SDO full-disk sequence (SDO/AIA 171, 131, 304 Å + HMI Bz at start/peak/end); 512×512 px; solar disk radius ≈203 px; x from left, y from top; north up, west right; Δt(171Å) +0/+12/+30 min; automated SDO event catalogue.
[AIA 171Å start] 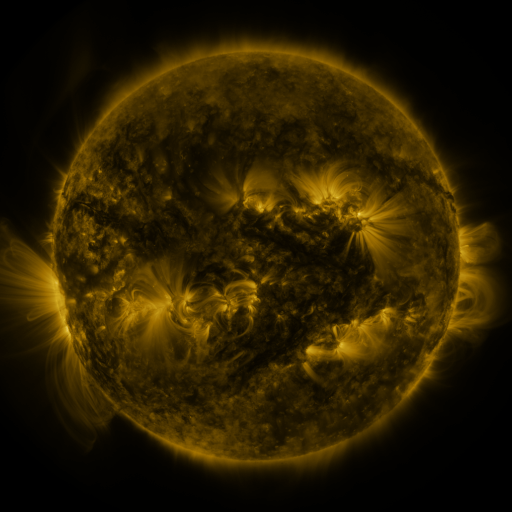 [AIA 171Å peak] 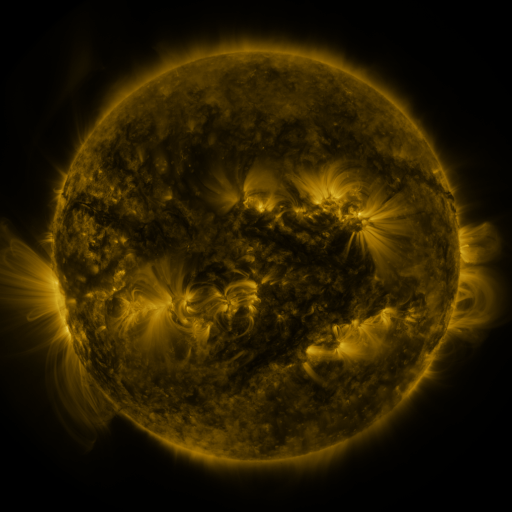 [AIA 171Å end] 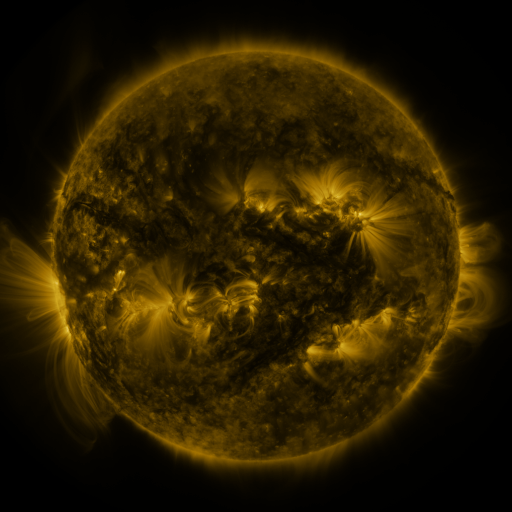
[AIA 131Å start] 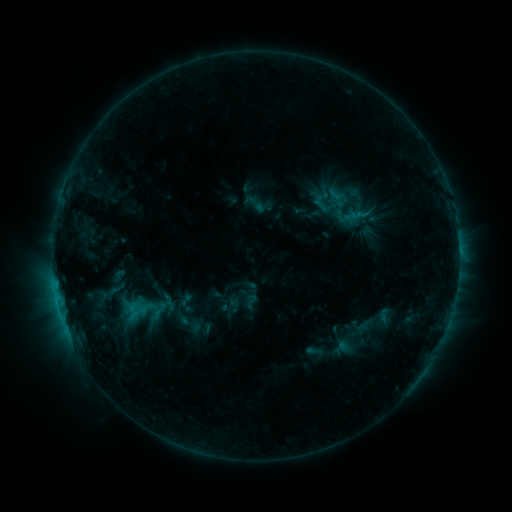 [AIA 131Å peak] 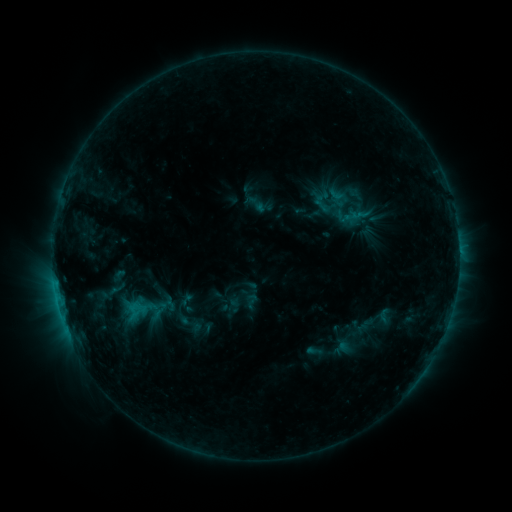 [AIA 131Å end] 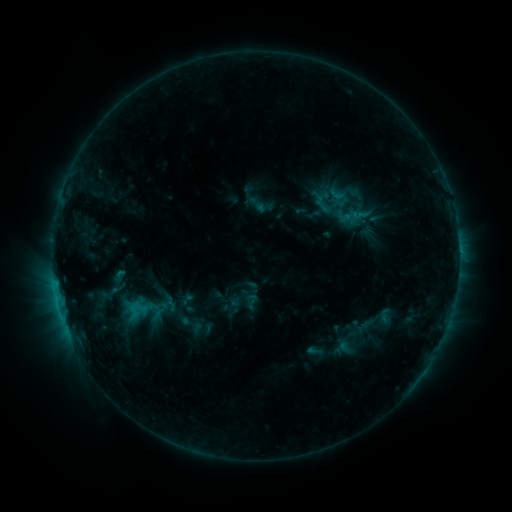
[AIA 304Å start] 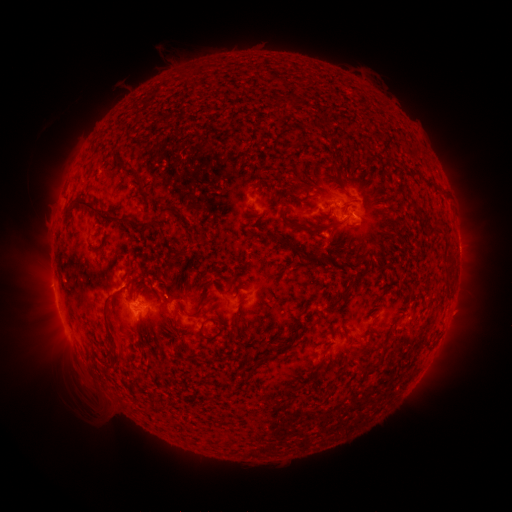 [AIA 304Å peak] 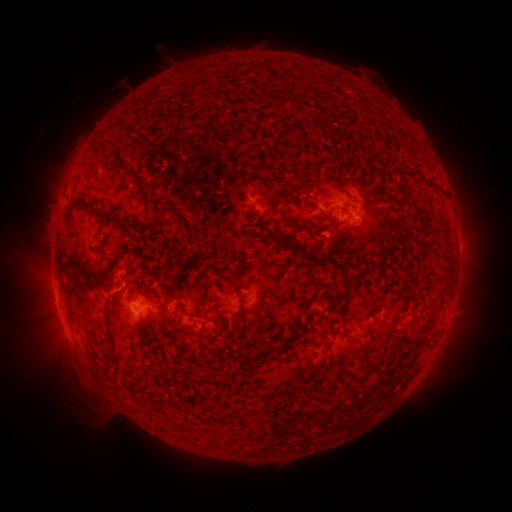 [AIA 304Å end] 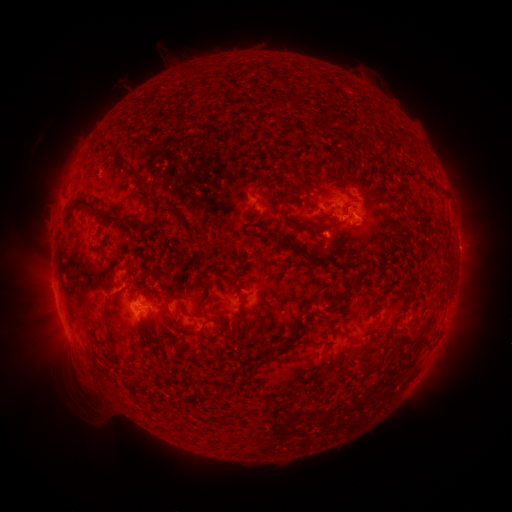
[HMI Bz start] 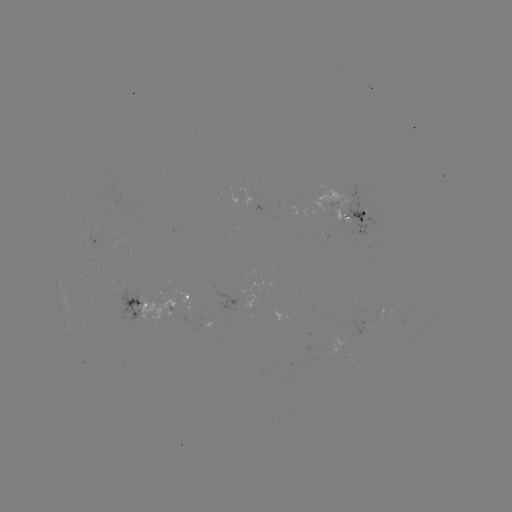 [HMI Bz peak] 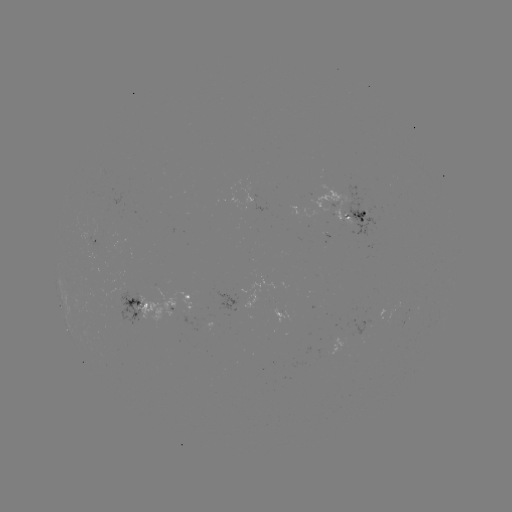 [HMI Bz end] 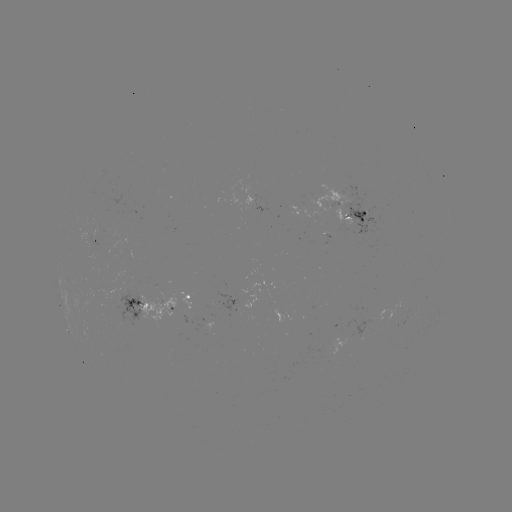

no flare in any classed list; no EUV-trigger detection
